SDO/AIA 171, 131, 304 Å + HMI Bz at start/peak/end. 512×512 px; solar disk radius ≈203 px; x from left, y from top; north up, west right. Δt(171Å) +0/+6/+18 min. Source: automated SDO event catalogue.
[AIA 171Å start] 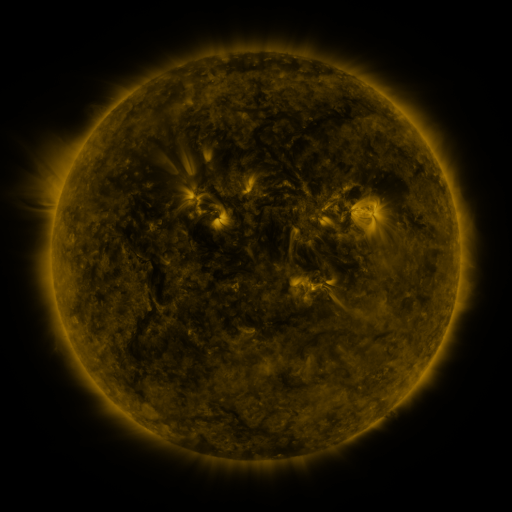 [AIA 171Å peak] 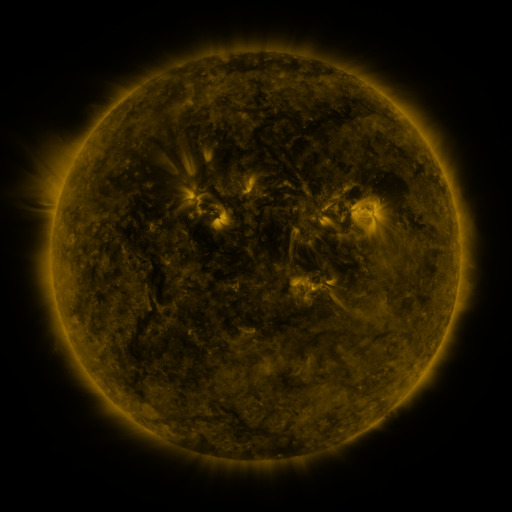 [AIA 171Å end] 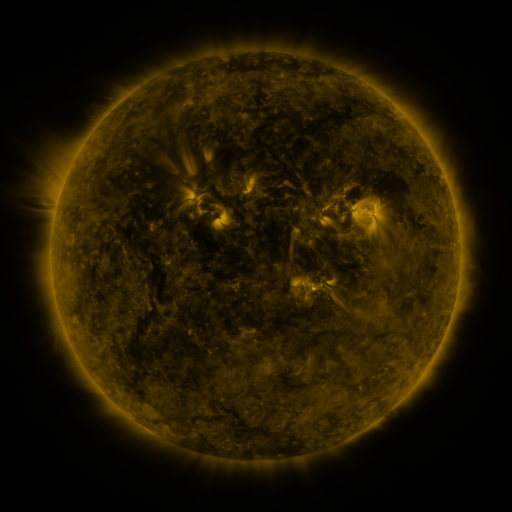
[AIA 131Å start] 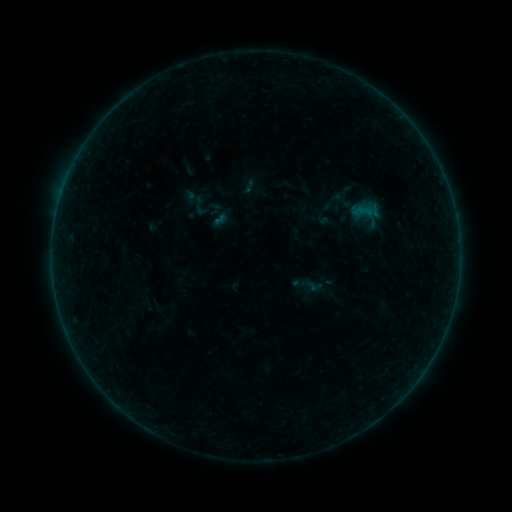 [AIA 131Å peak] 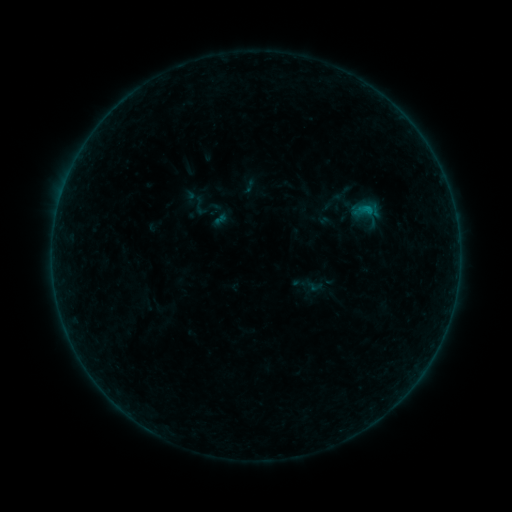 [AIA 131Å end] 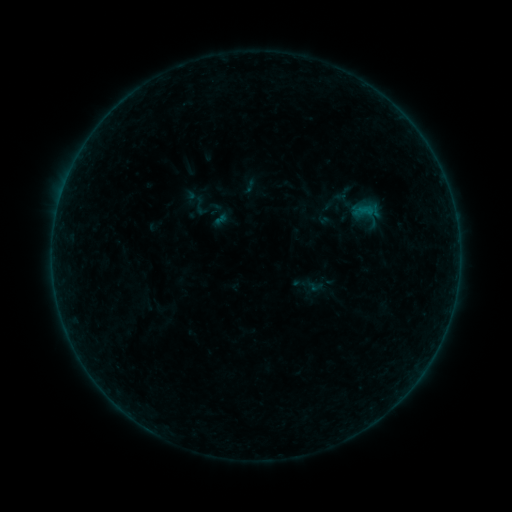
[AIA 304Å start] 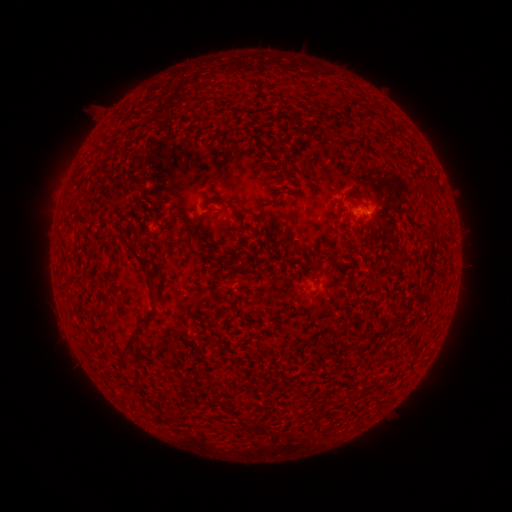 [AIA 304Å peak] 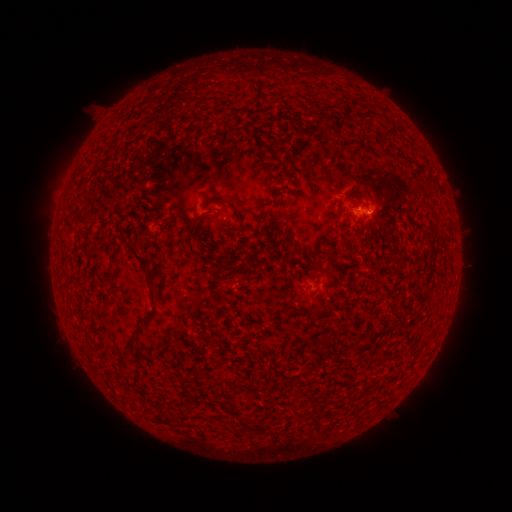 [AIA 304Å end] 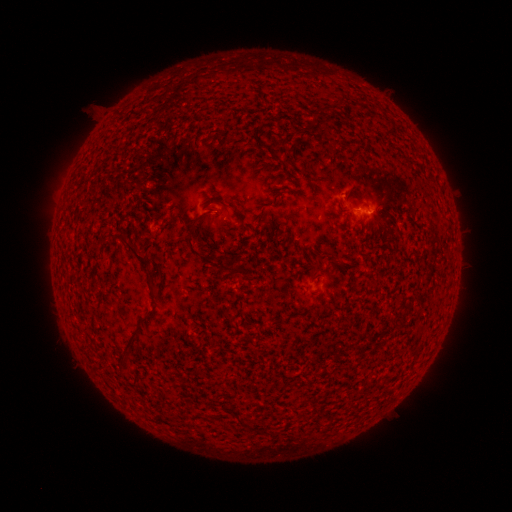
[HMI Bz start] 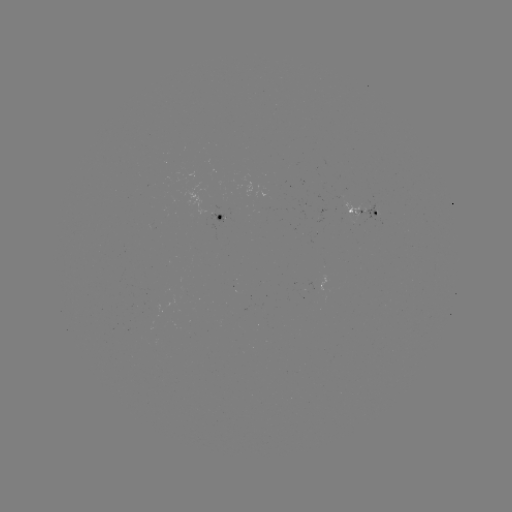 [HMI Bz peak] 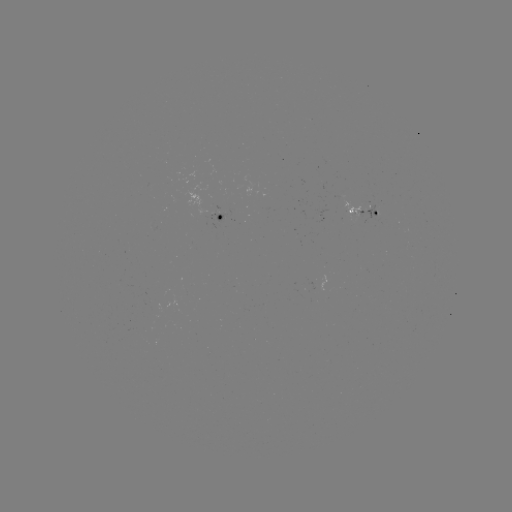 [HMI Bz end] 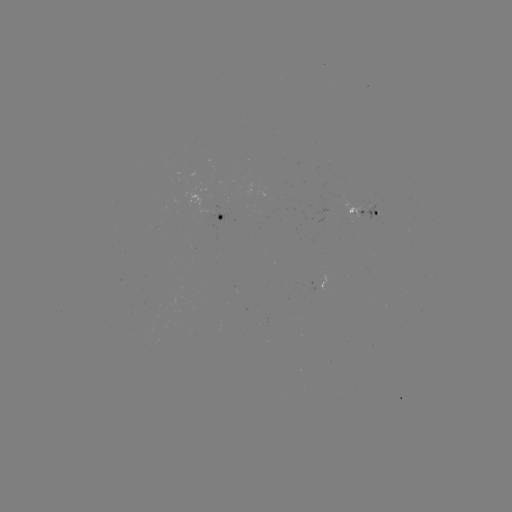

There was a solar flare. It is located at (366, 210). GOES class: B2.5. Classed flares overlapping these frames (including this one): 1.